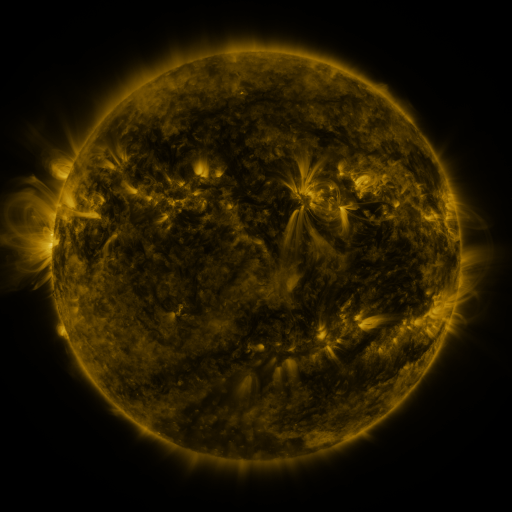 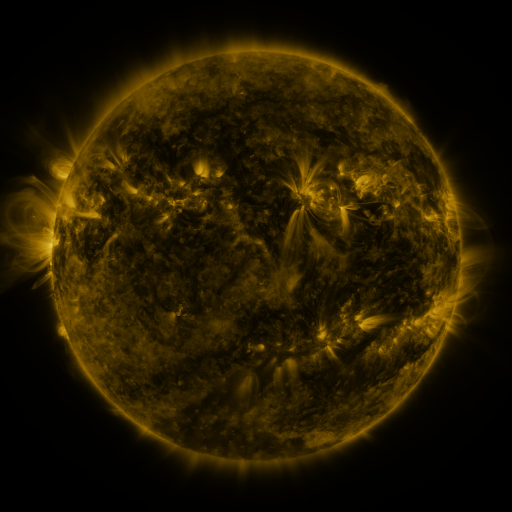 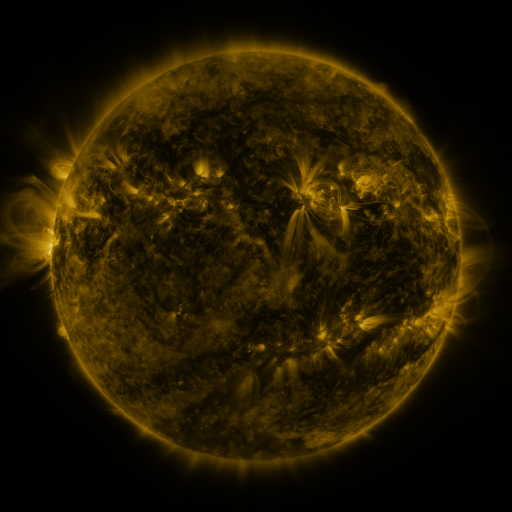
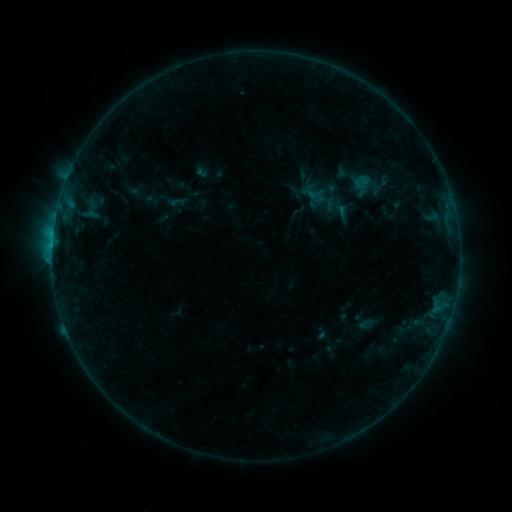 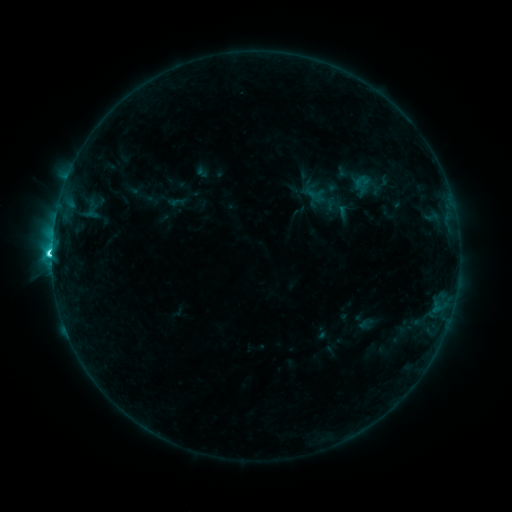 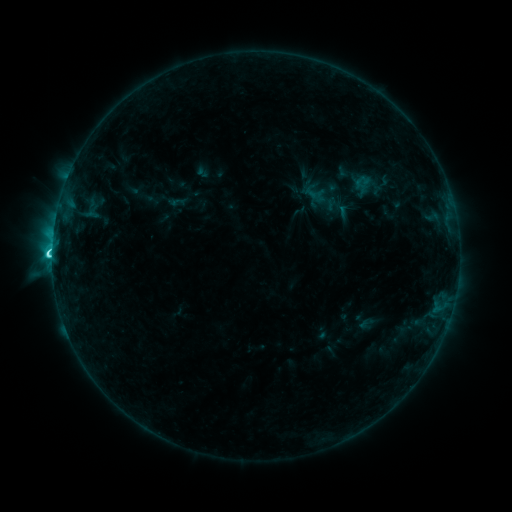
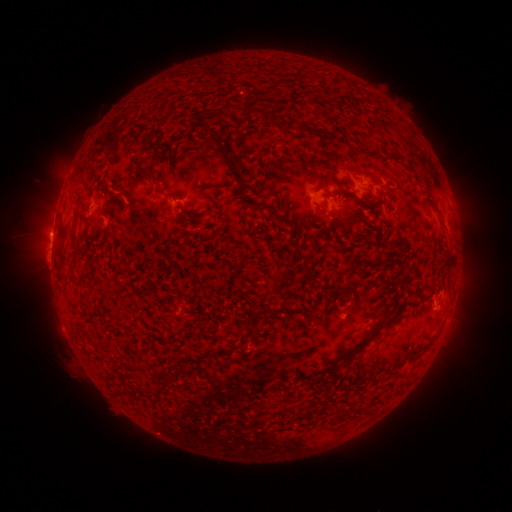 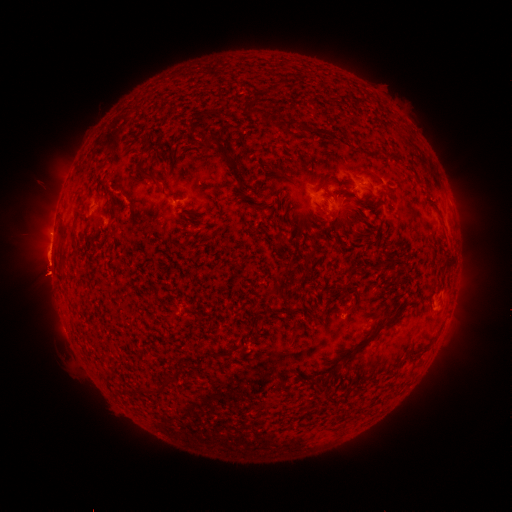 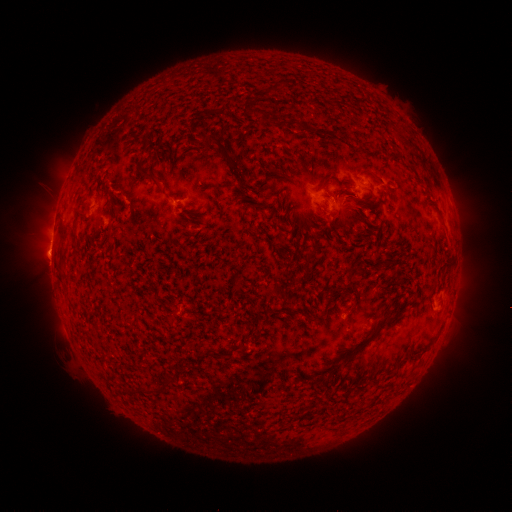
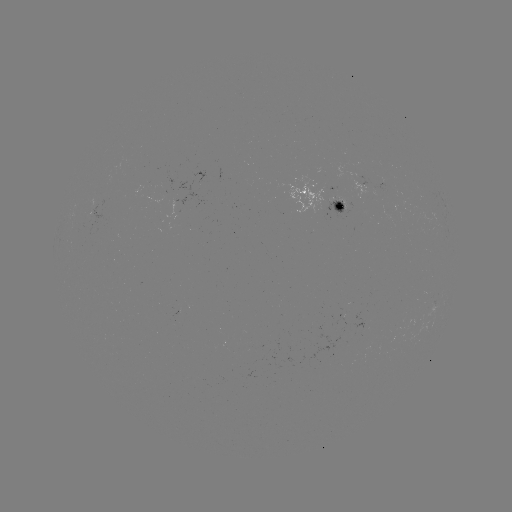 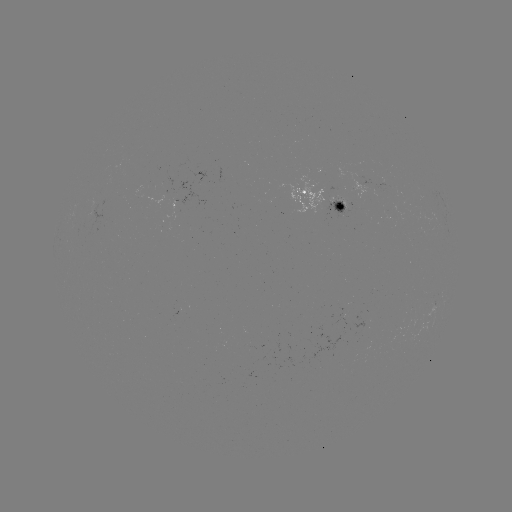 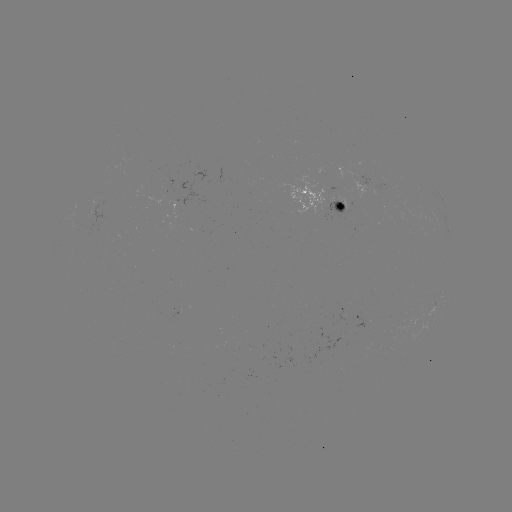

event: flare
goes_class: C6.0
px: (55, 251)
